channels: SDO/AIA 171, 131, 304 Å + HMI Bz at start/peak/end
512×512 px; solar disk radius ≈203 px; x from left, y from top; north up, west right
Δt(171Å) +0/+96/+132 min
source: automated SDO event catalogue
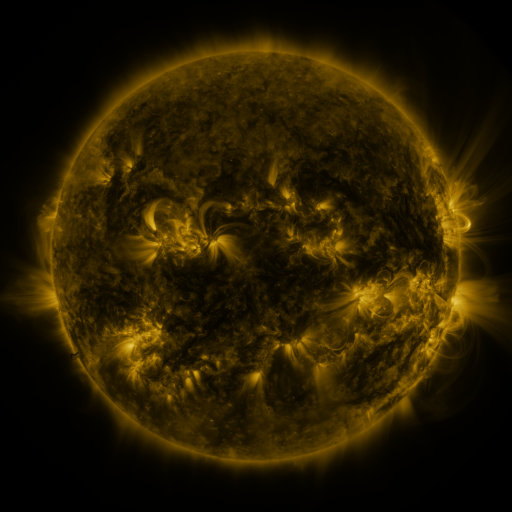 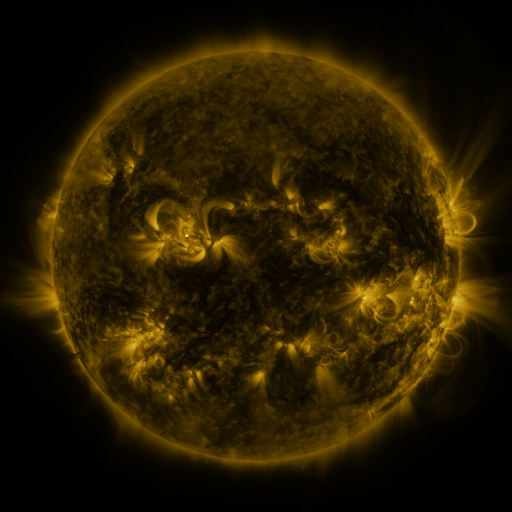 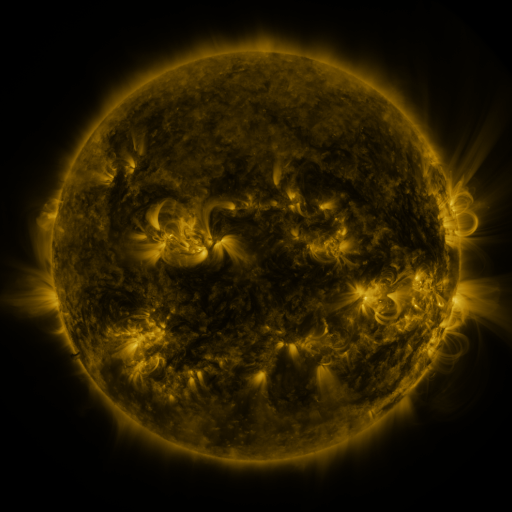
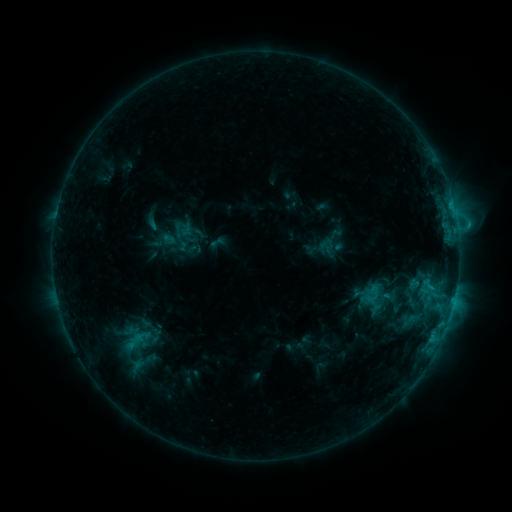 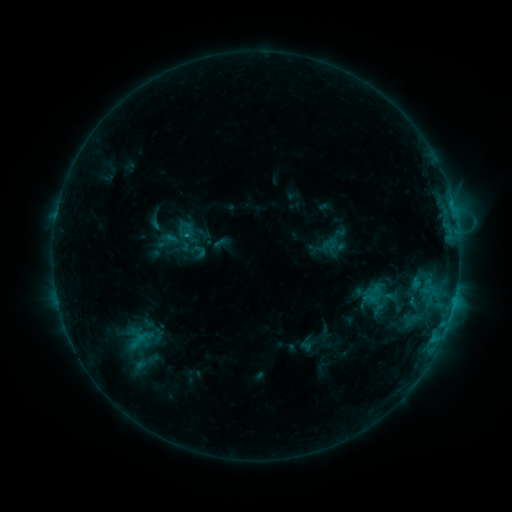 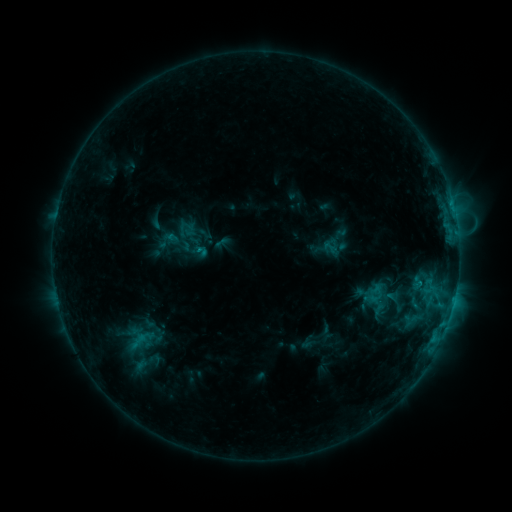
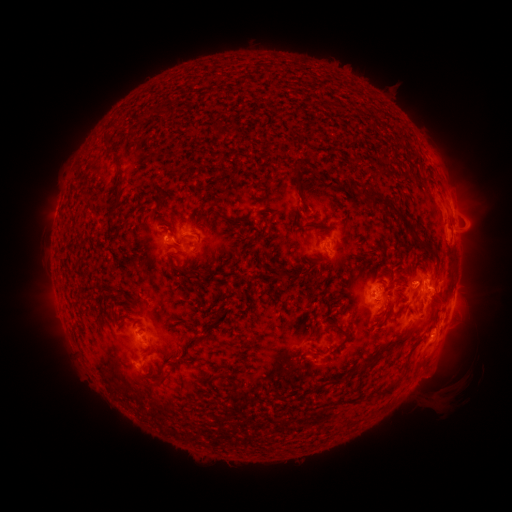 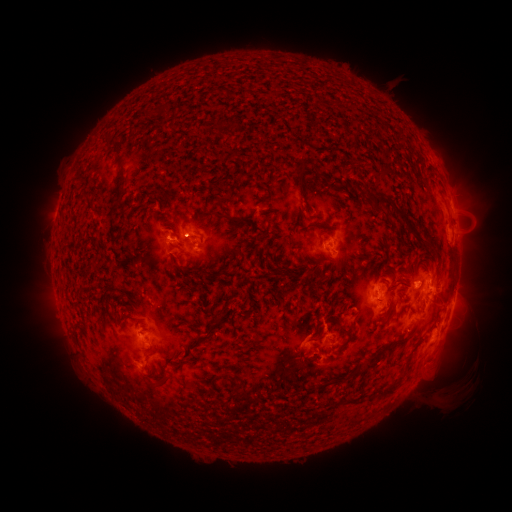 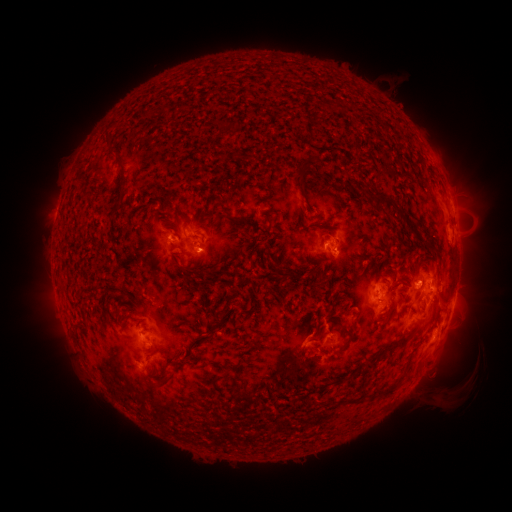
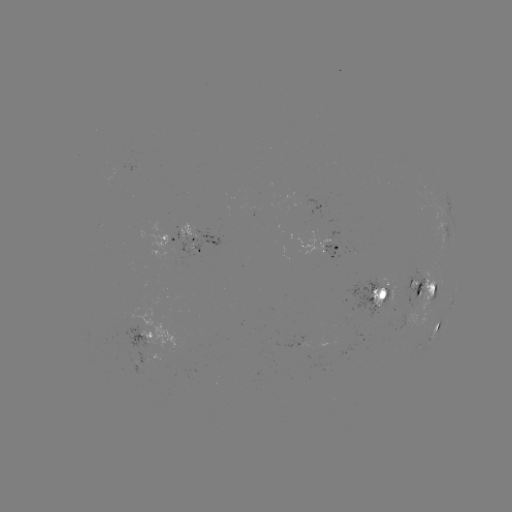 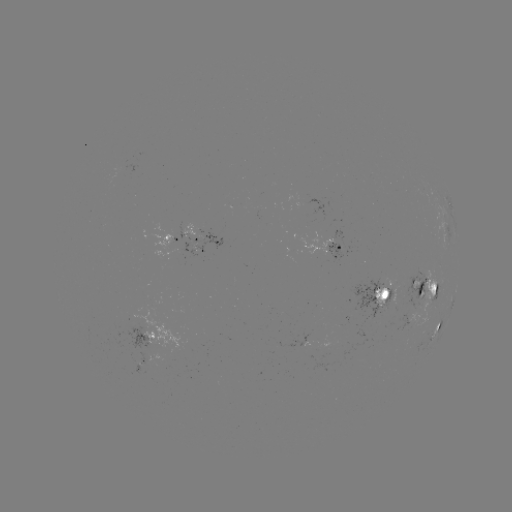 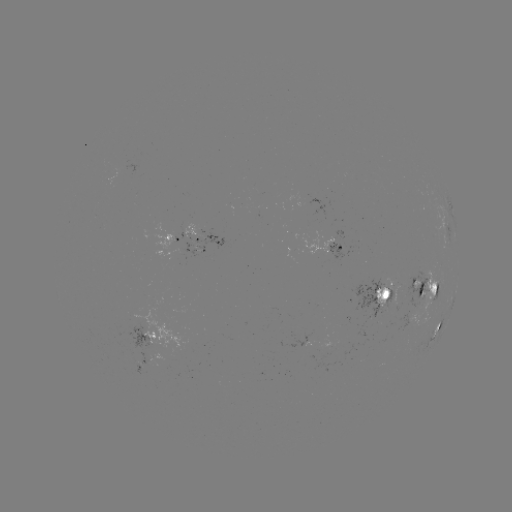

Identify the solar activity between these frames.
emerging-flux region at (200, 244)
